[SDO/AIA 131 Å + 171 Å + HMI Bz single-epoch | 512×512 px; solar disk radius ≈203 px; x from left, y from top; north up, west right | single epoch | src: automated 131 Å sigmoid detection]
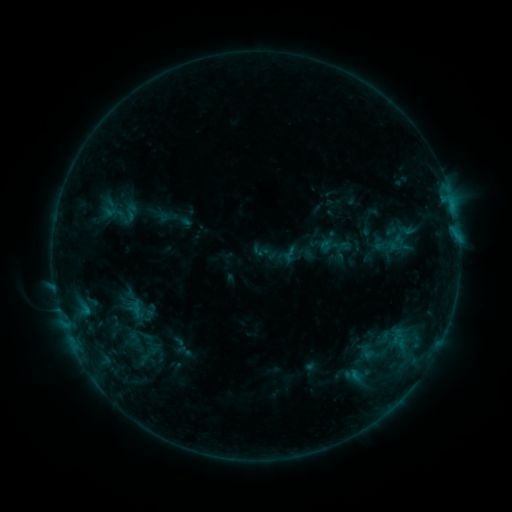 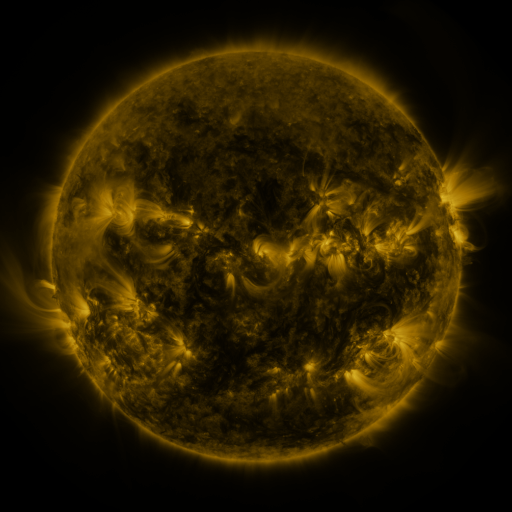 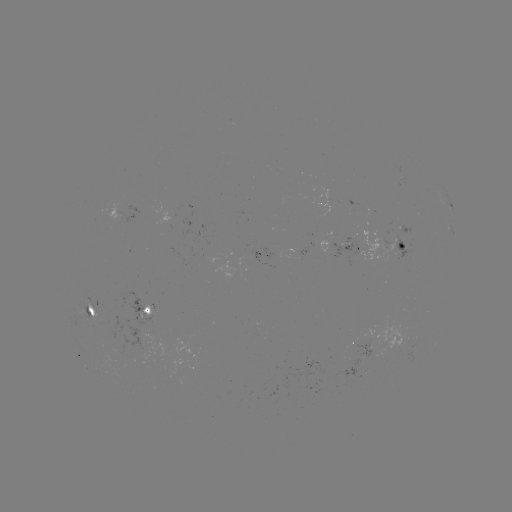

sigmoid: [279, 244, 301, 265]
